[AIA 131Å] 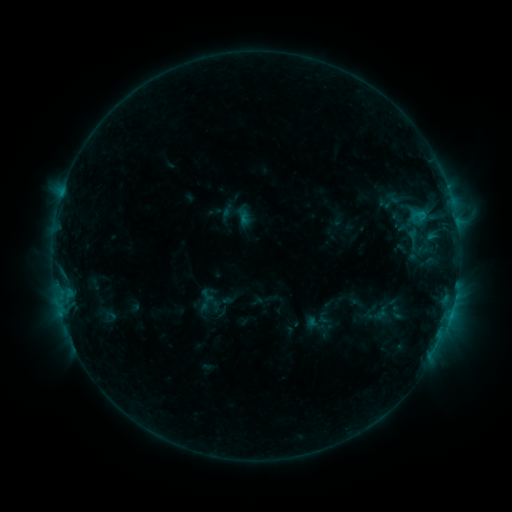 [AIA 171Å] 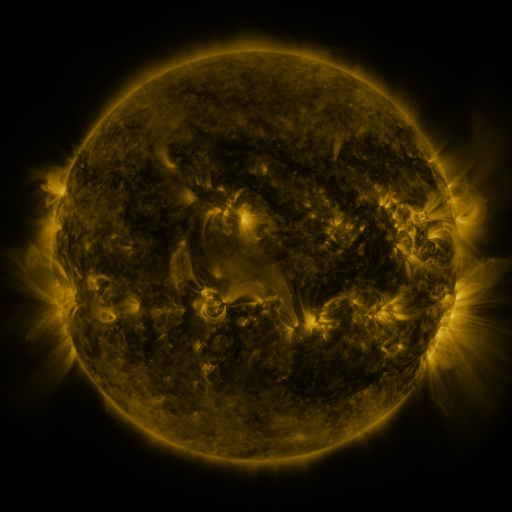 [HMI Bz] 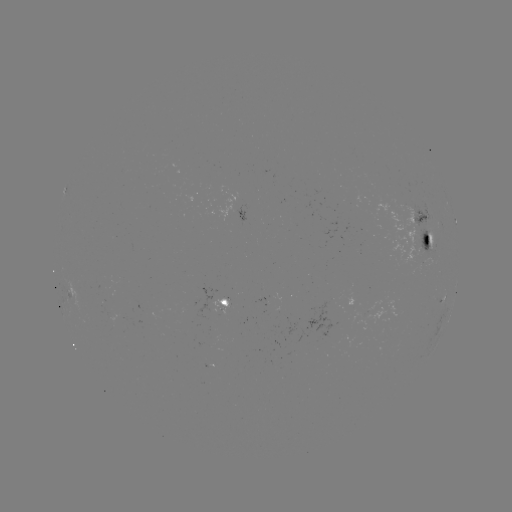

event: sigmoid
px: (399, 198)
